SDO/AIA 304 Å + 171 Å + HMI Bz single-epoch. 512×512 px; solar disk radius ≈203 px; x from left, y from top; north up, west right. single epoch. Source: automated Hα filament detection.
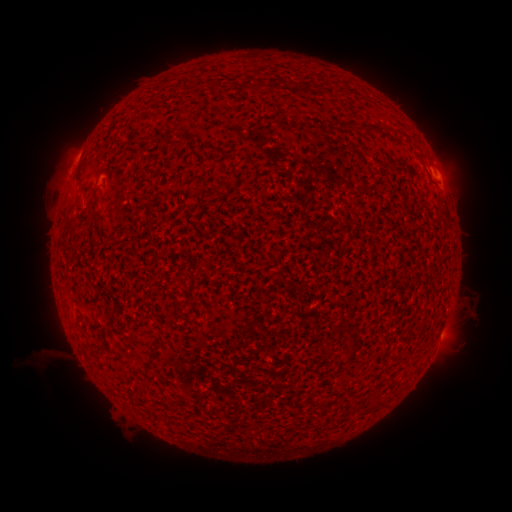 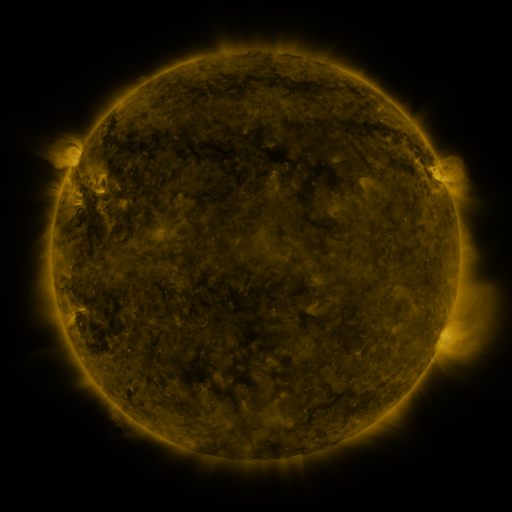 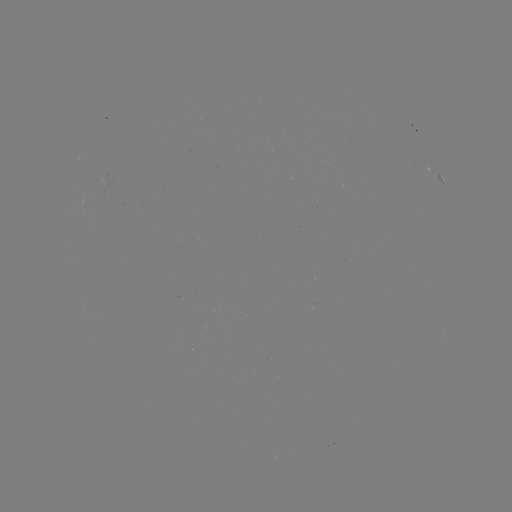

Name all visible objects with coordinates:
filament: <bbox>254, 81, 265, 92</bbox>
filament: <bbox>358, 126, 375, 135</bbox>
filament: <bbox>75, 170, 84, 183</bbox>
filament: <bbox>90, 203, 102, 220</bbox>
filament: <bbox>133, 379, 145, 393</bbox>
filament: <bbox>371, 397, 381, 409</bbox>
